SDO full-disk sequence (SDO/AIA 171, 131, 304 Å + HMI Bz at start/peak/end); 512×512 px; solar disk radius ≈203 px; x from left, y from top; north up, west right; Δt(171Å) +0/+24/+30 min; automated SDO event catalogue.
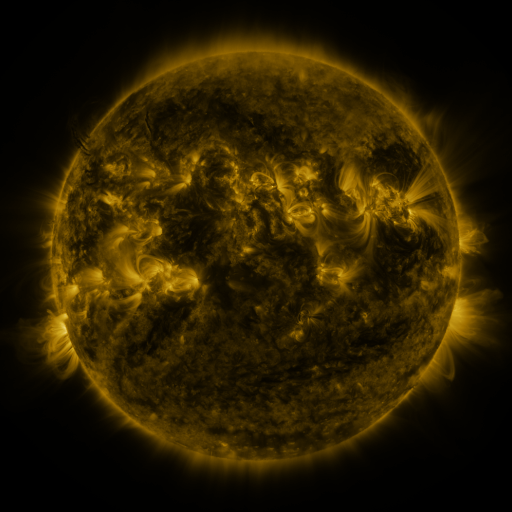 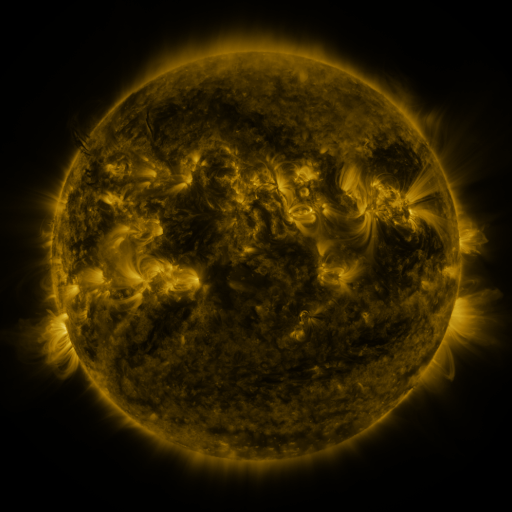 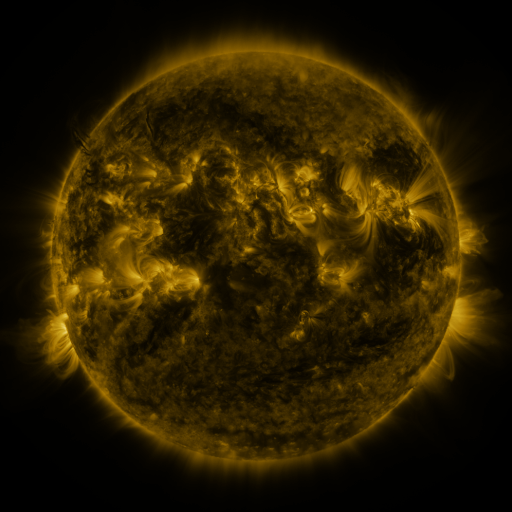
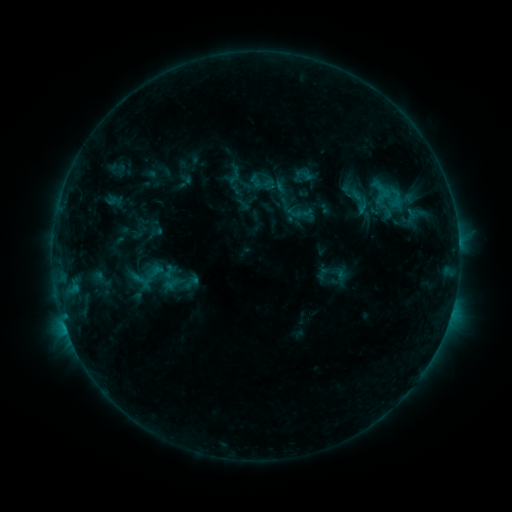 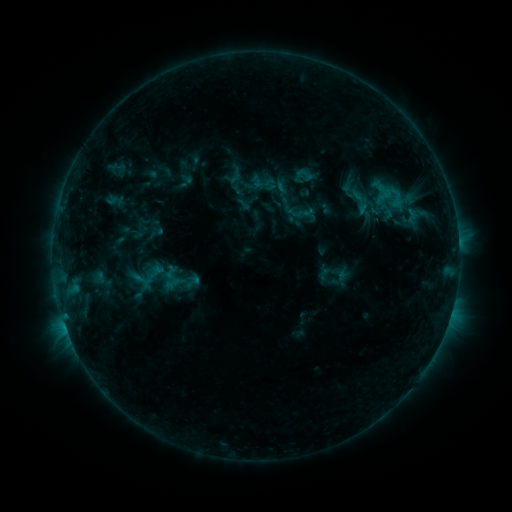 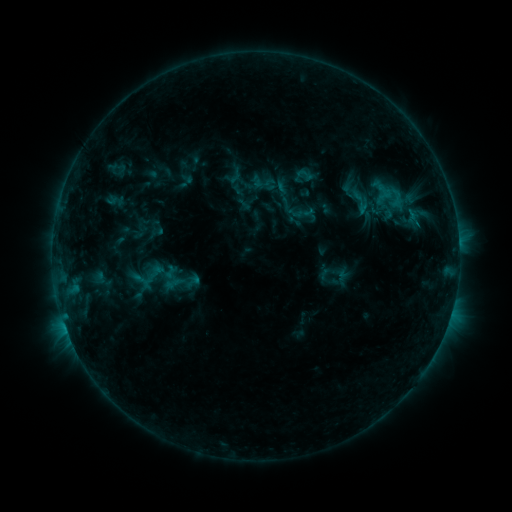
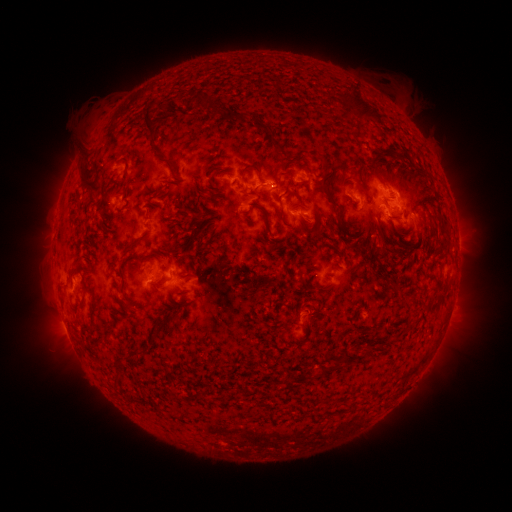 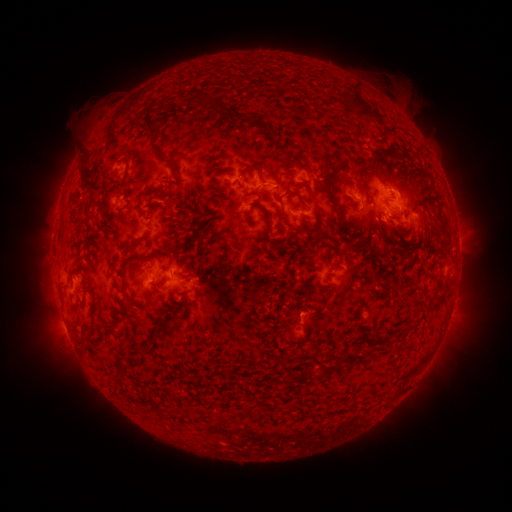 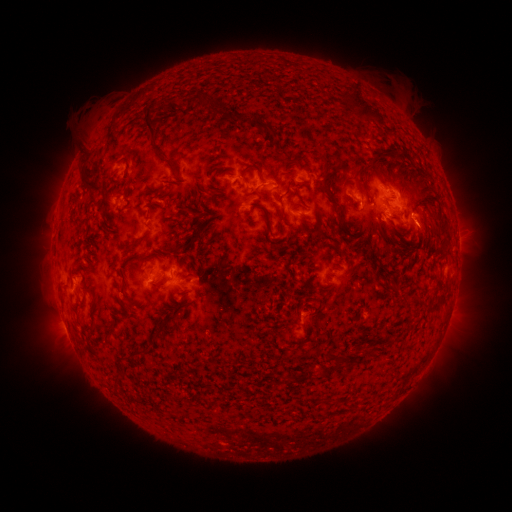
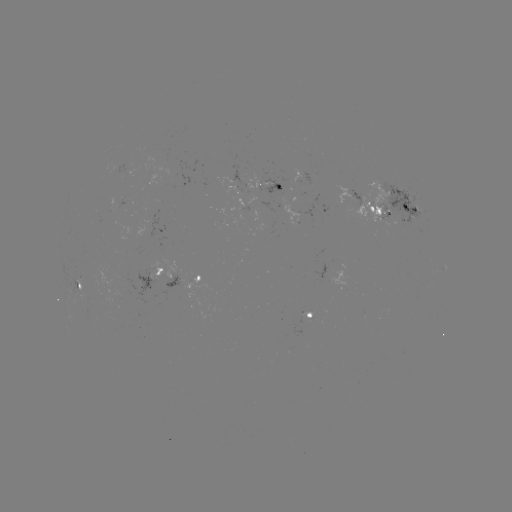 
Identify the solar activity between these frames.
eruption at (428, 233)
